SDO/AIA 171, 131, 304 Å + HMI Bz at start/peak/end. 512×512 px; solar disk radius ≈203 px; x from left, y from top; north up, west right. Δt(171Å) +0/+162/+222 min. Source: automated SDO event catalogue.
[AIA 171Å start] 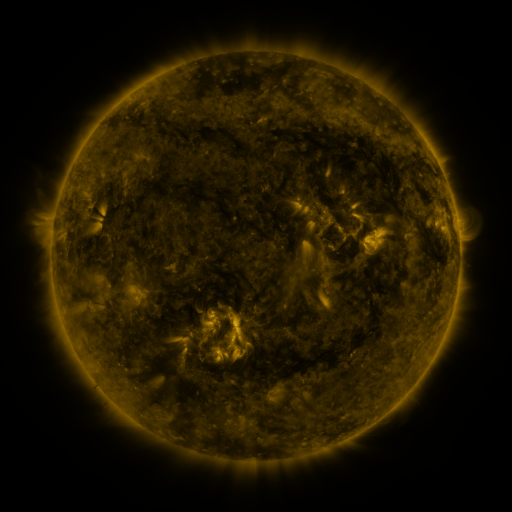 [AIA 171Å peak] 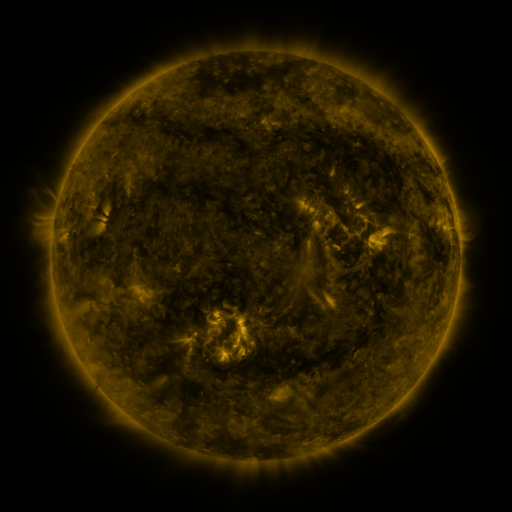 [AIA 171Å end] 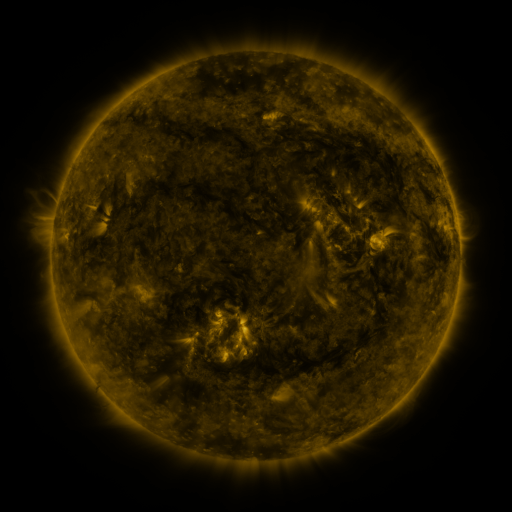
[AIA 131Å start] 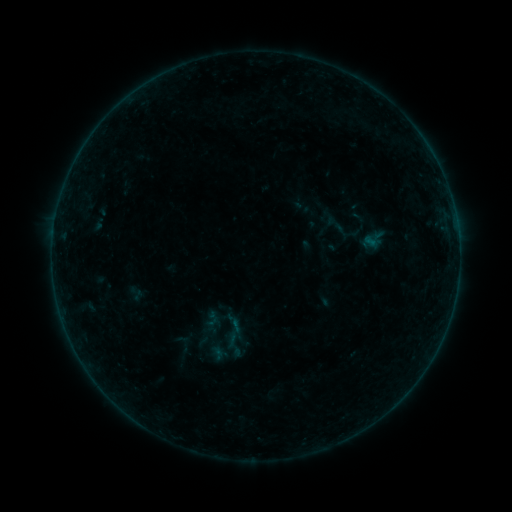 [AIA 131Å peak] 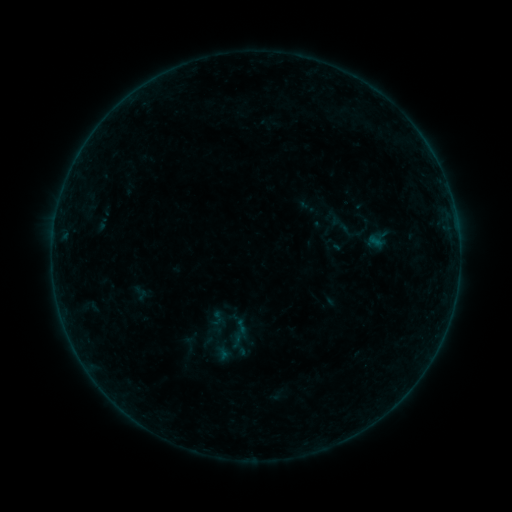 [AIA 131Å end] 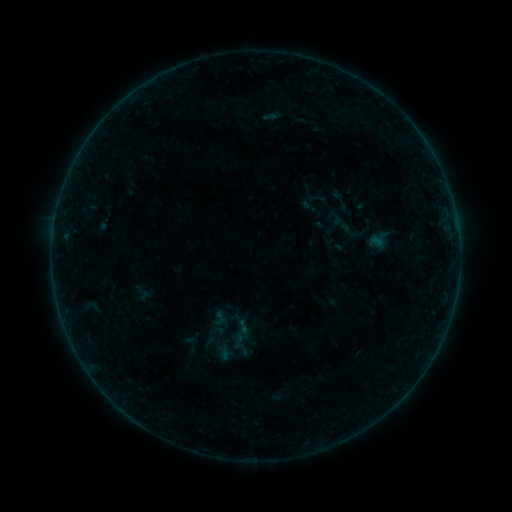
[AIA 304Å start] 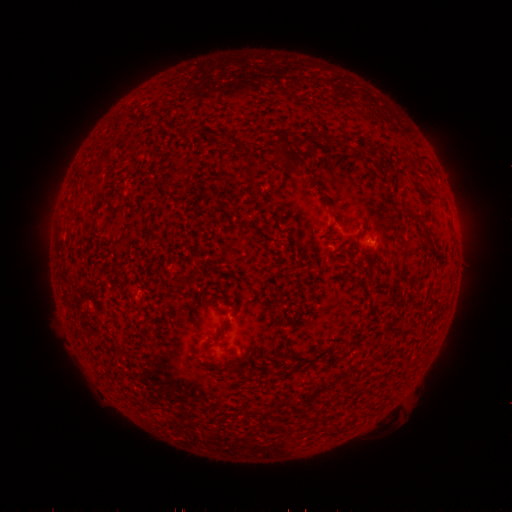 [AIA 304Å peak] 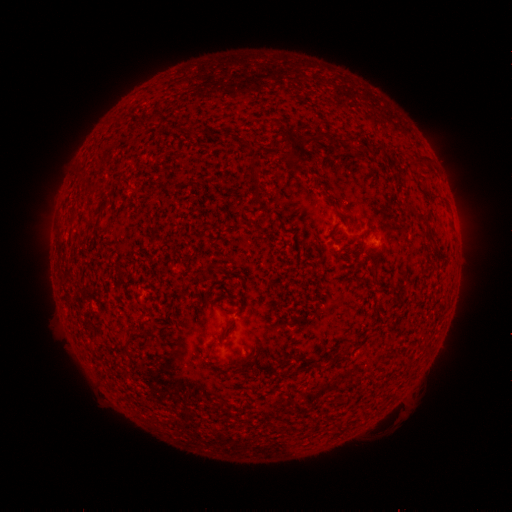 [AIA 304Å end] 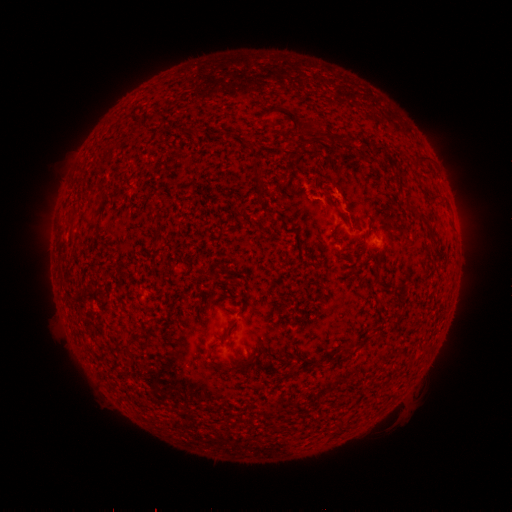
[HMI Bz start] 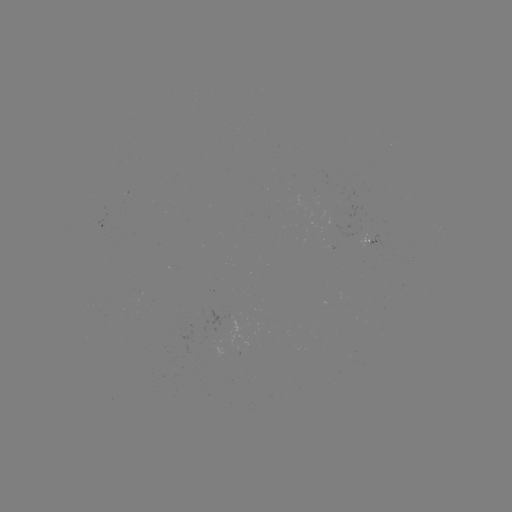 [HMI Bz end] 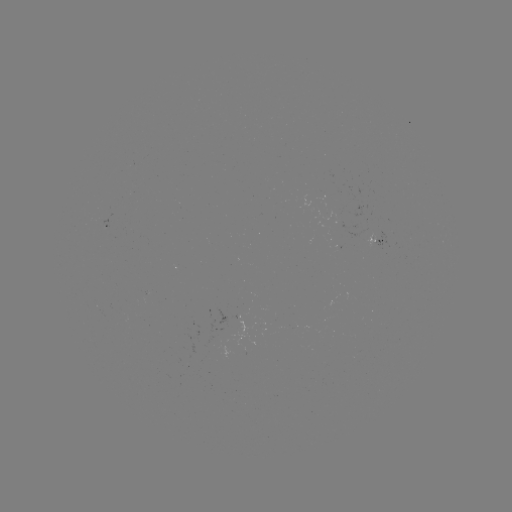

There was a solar emerging-flux region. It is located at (340, 221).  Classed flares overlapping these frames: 1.